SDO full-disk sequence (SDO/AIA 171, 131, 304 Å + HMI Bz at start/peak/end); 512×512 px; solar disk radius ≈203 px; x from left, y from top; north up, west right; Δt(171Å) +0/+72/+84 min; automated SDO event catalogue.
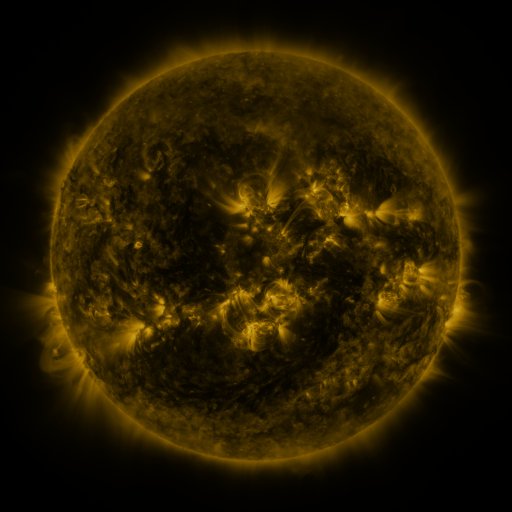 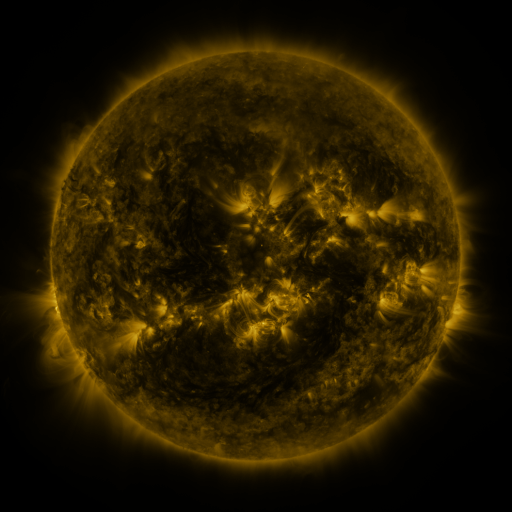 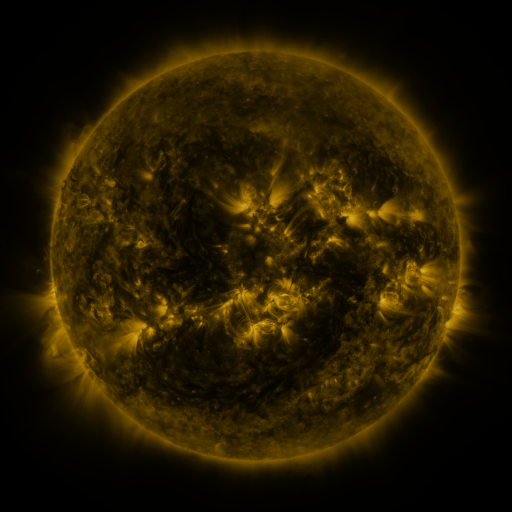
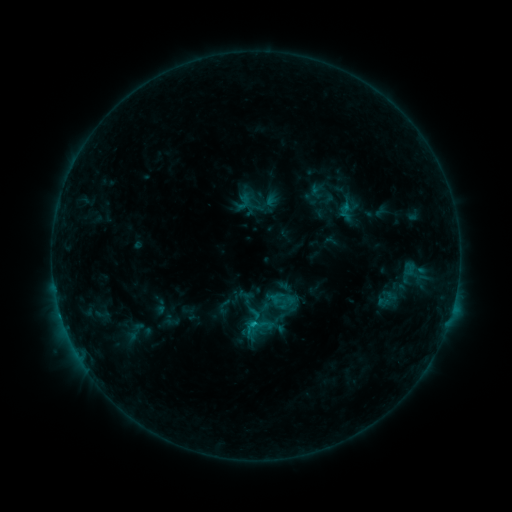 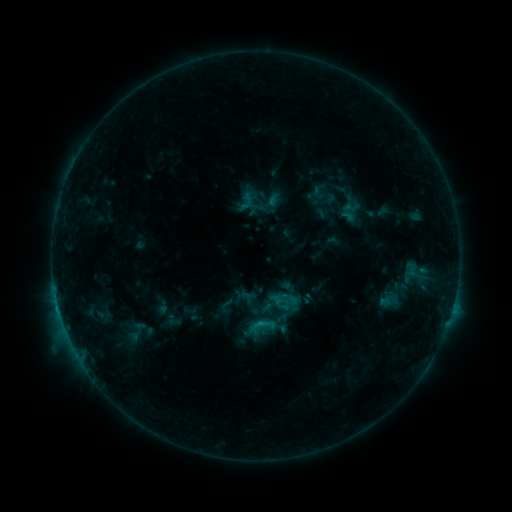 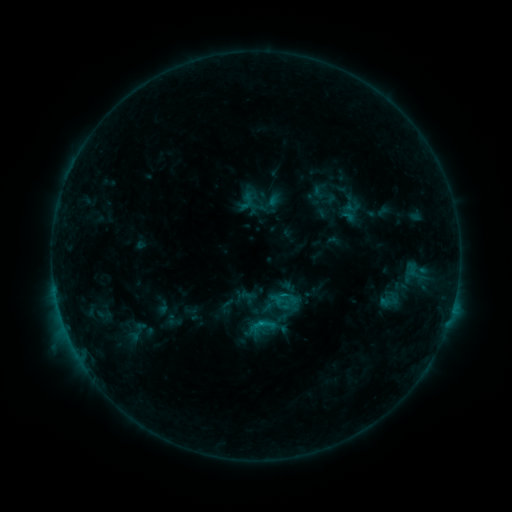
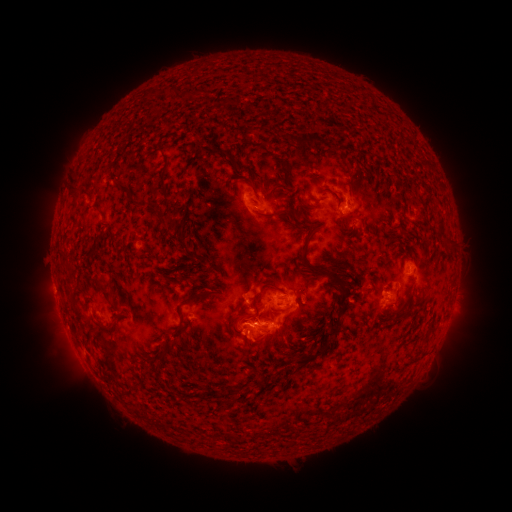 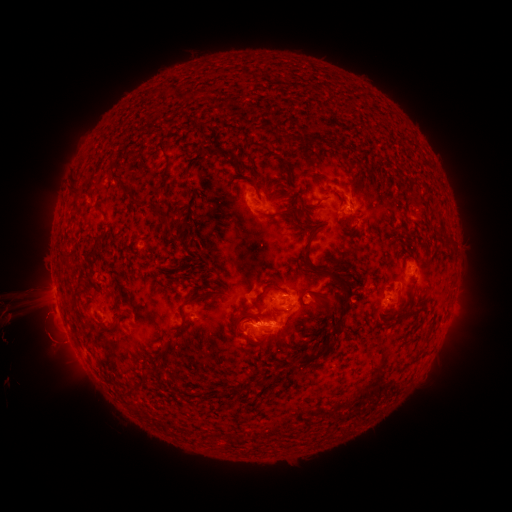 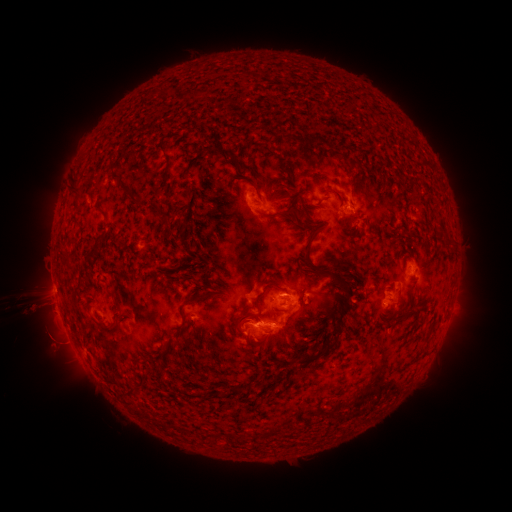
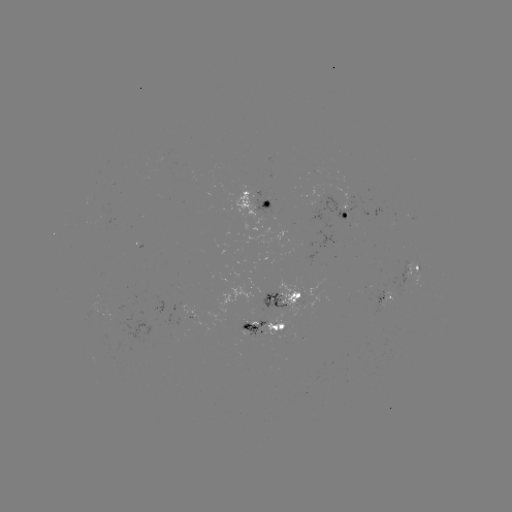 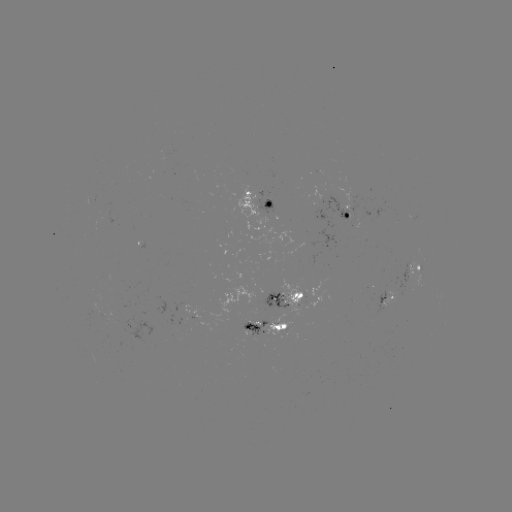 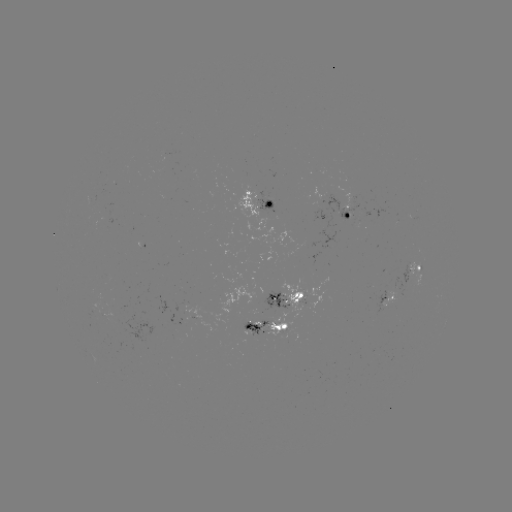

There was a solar emerging-flux region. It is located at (92, 311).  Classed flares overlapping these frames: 3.